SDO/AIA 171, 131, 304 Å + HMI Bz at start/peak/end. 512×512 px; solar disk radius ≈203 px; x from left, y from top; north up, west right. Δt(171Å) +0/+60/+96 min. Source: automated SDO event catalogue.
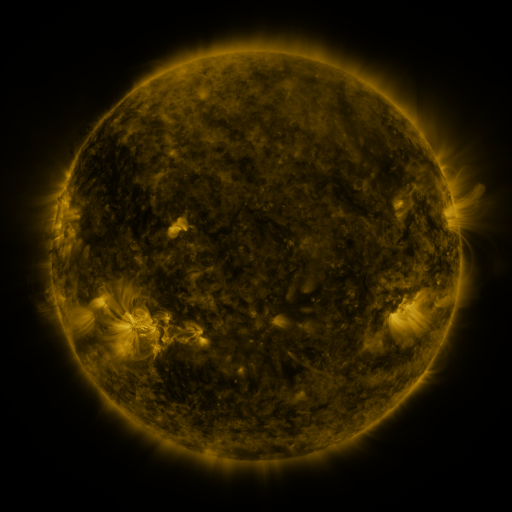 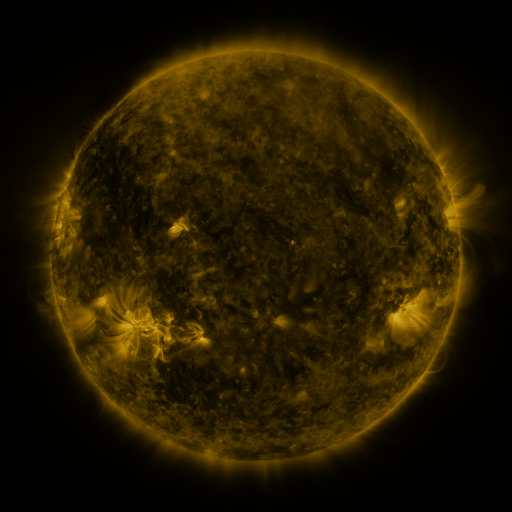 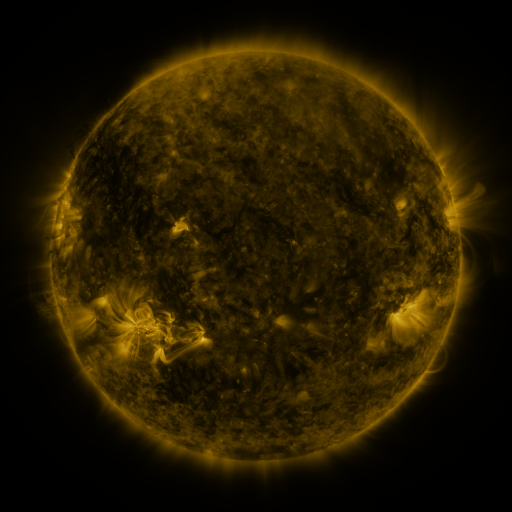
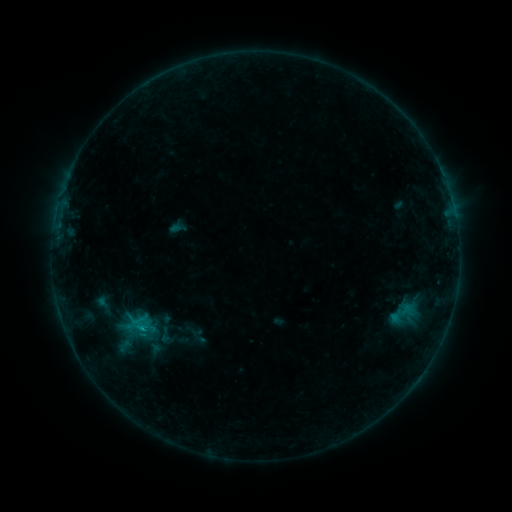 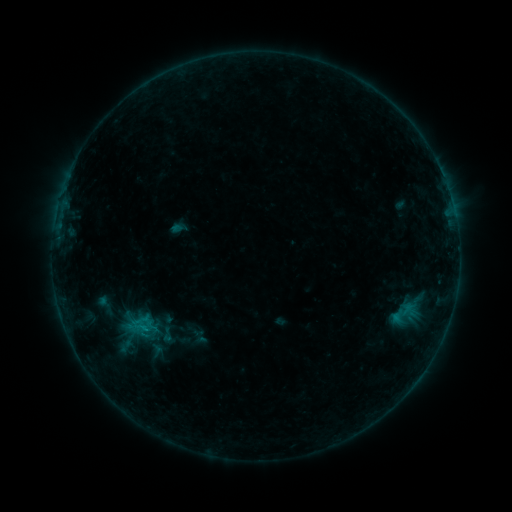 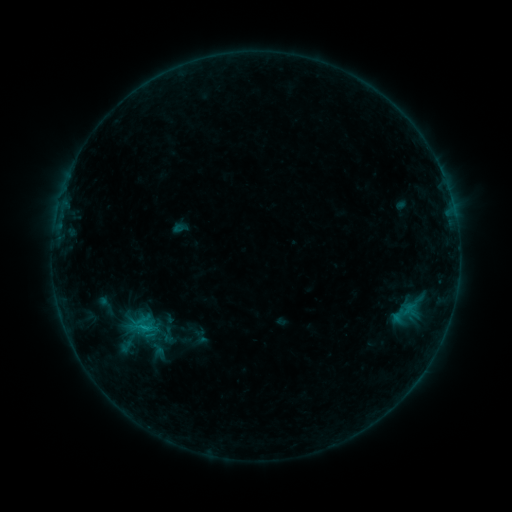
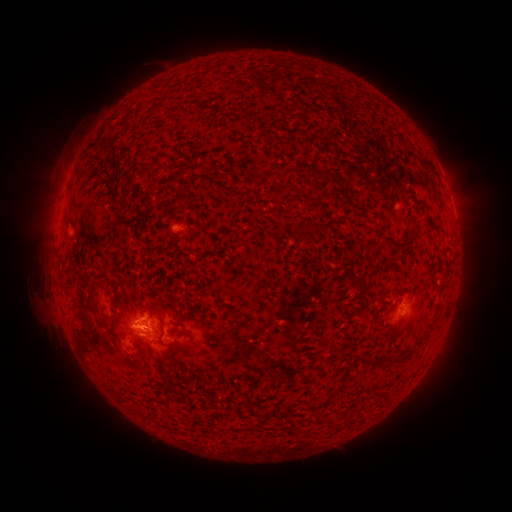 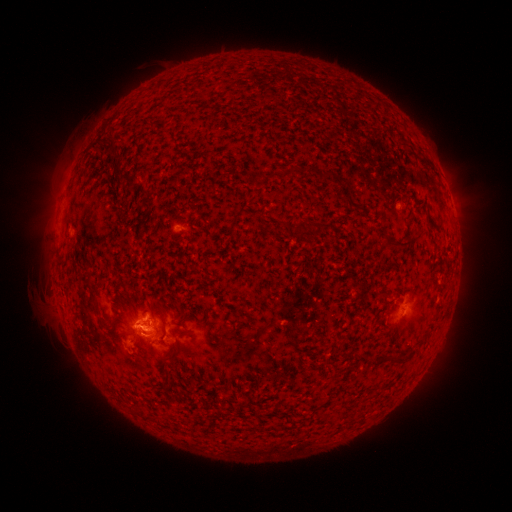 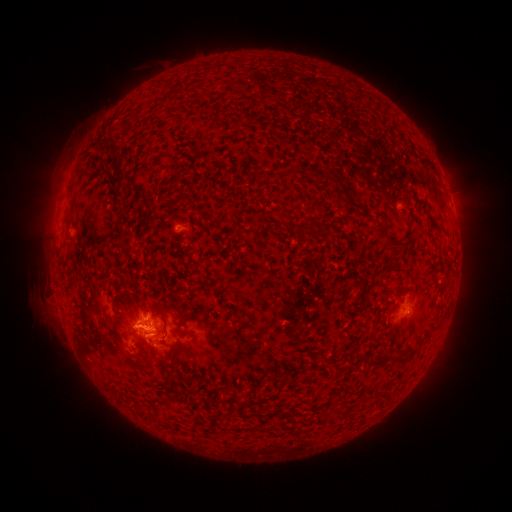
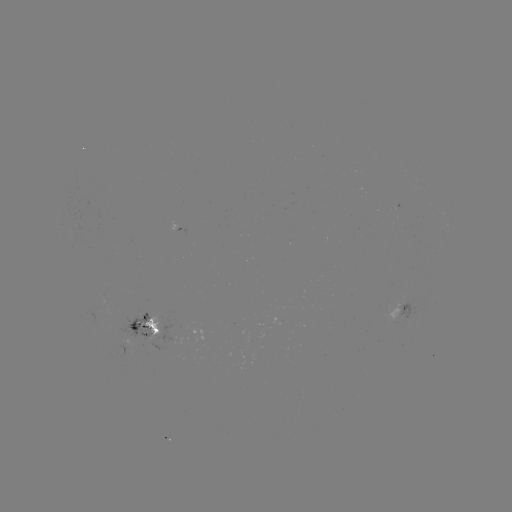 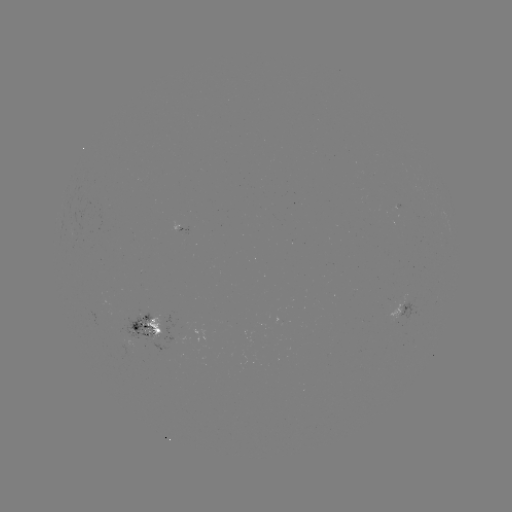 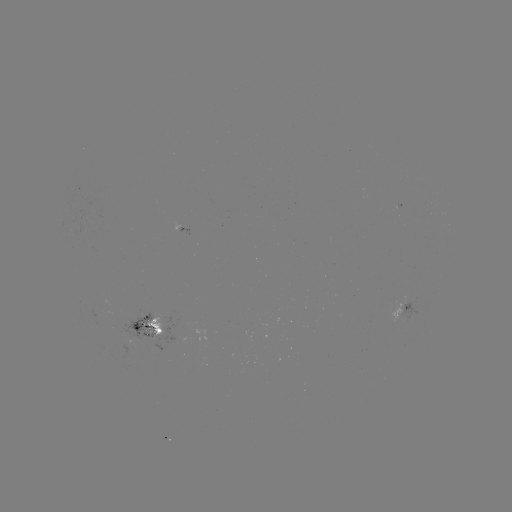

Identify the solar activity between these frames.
emerging-flux region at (146, 332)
